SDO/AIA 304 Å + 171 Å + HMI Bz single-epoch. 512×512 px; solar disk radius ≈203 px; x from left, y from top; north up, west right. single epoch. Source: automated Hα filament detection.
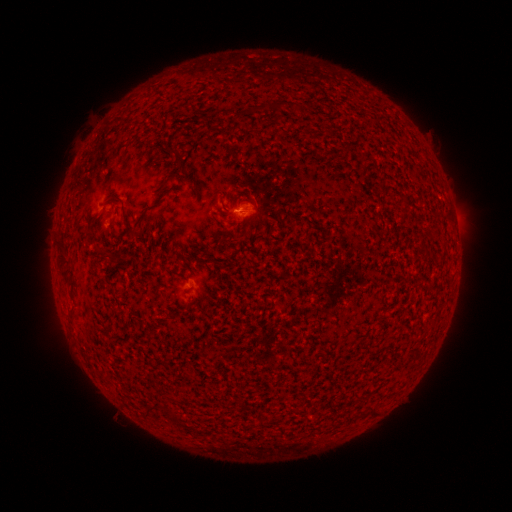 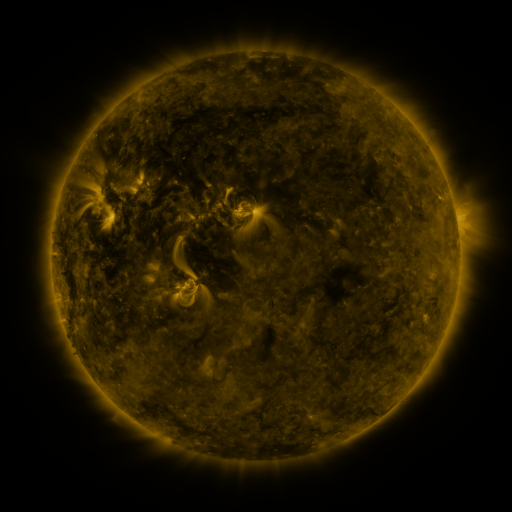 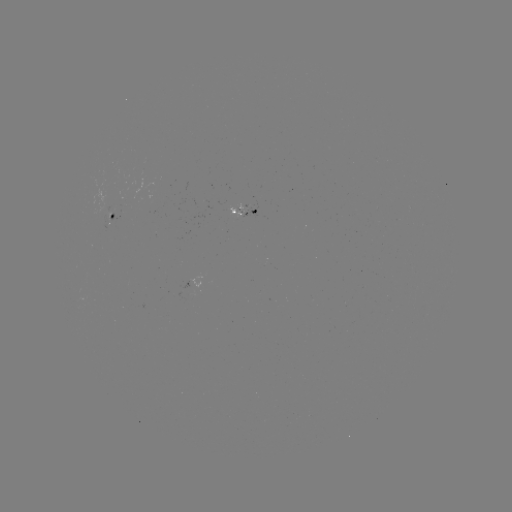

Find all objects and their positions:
filament: (253, 99, 287, 112)
filament: (294, 102, 307, 110)
filament: (344, 143, 351, 152)
filament: (165, 147, 184, 170)
filament: (119, 196, 164, 236)
filament: (87, 234, 96, 243)
filament: (57, 241, 72, 285)
filament: (96, 245, 109, 257)
filament: (353, 407, 377, 419)
filament: (143, 410, 152, 419)
